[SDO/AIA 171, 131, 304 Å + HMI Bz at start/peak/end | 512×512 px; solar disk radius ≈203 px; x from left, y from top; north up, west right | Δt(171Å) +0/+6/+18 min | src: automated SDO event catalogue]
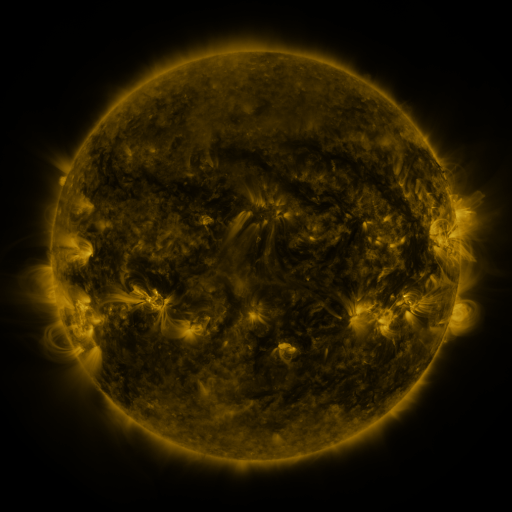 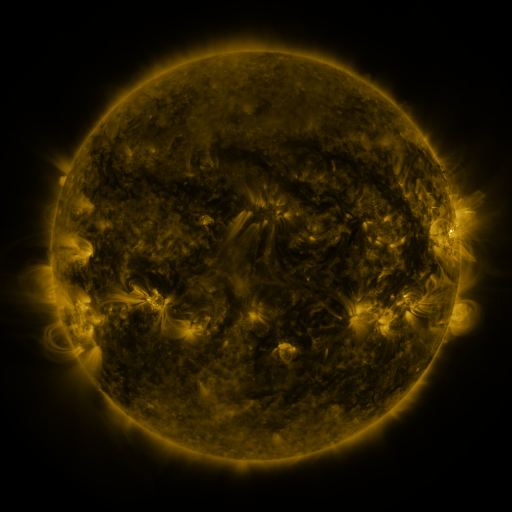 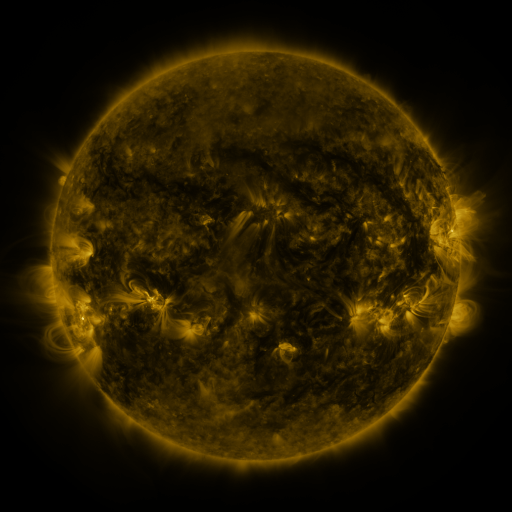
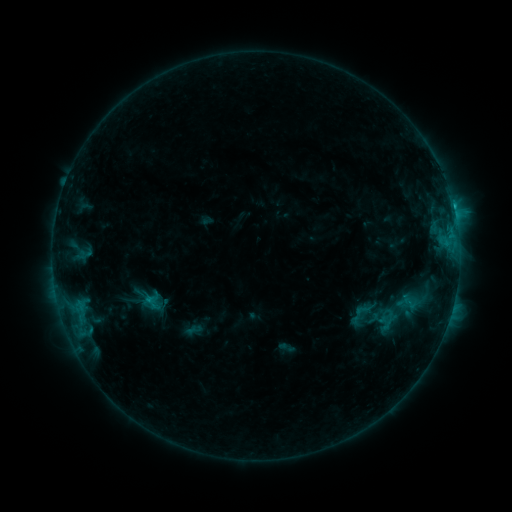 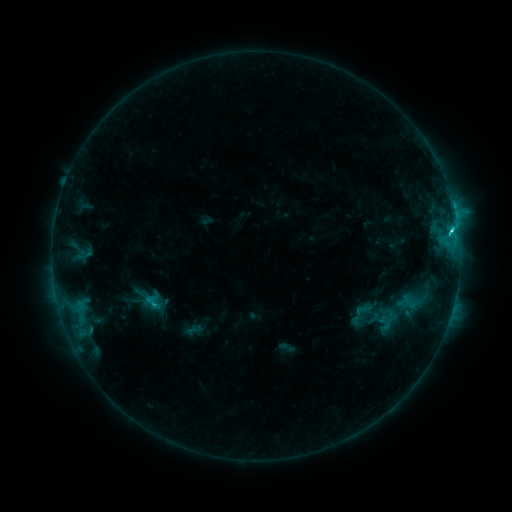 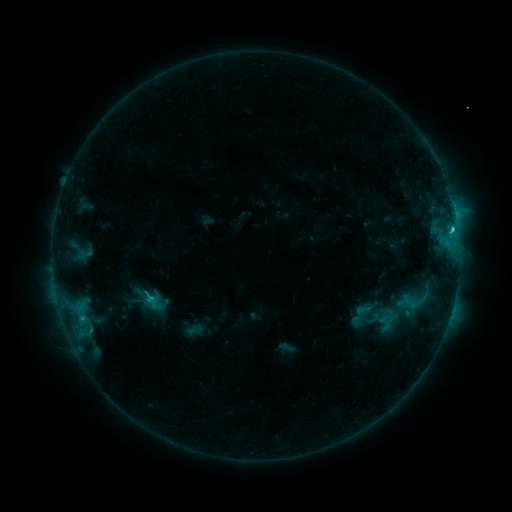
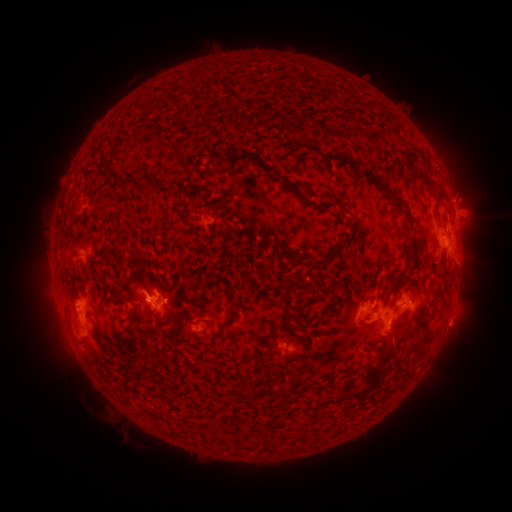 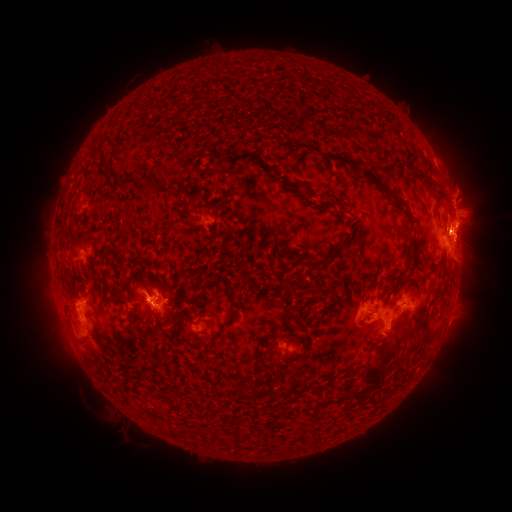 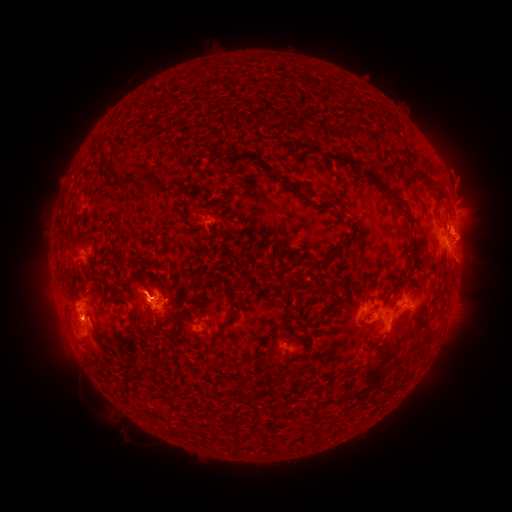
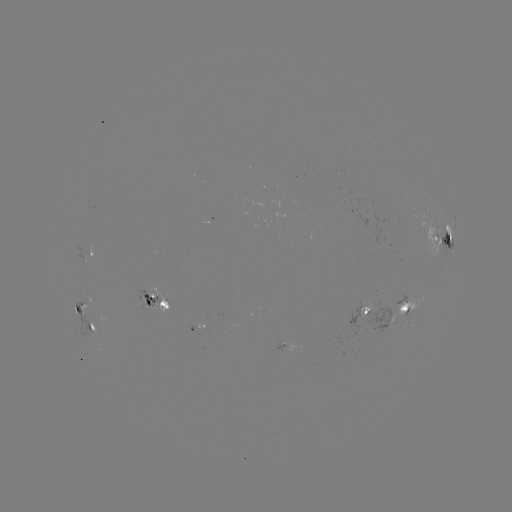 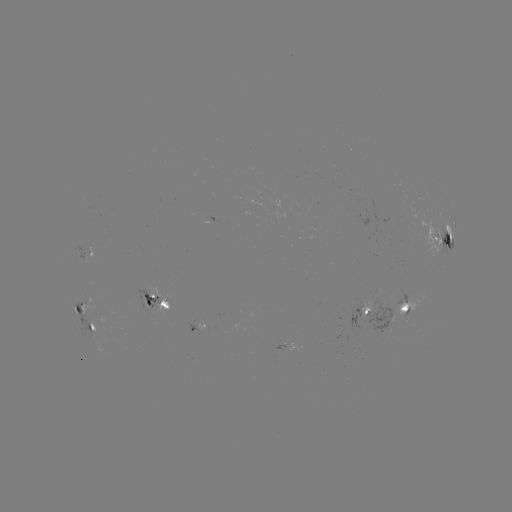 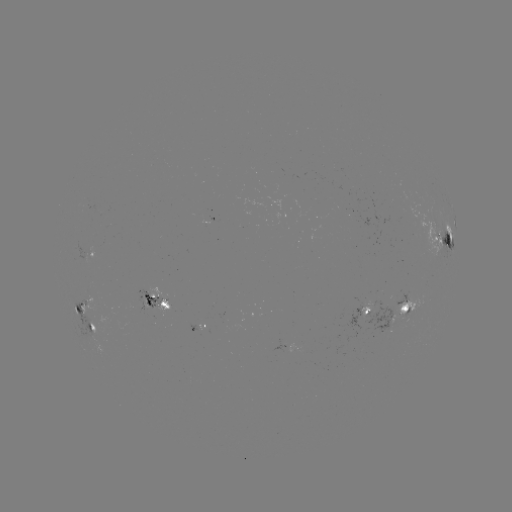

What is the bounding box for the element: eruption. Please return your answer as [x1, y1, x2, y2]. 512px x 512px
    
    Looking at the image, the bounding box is [419, 140, 505, 269].